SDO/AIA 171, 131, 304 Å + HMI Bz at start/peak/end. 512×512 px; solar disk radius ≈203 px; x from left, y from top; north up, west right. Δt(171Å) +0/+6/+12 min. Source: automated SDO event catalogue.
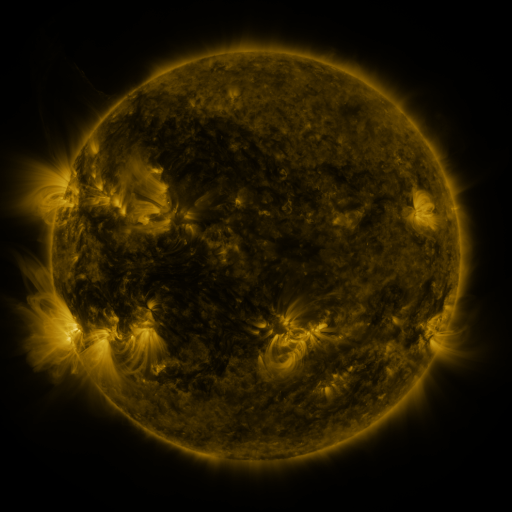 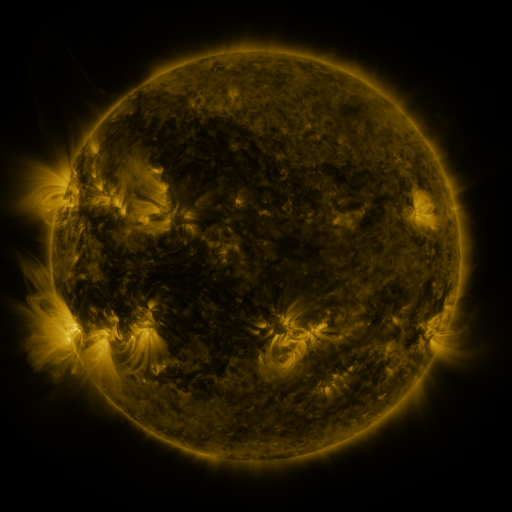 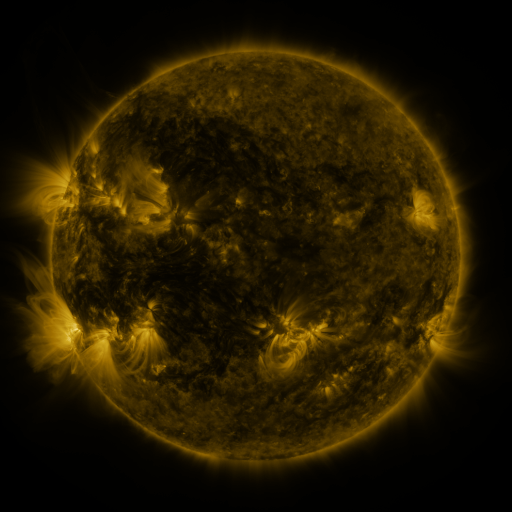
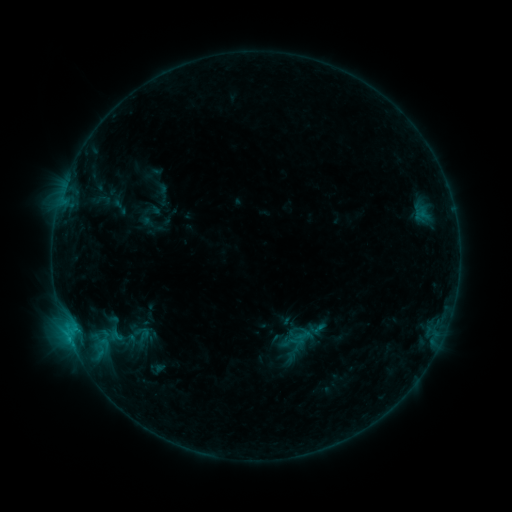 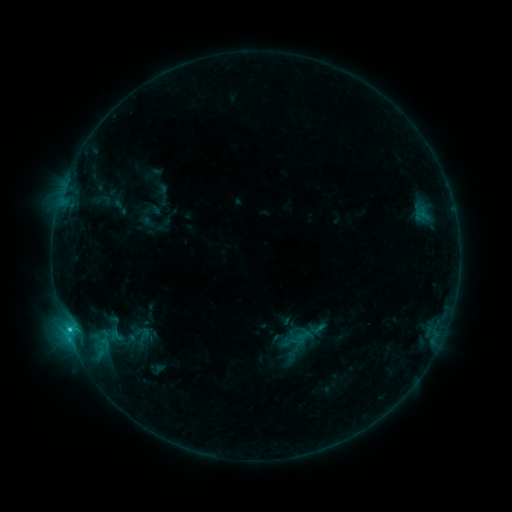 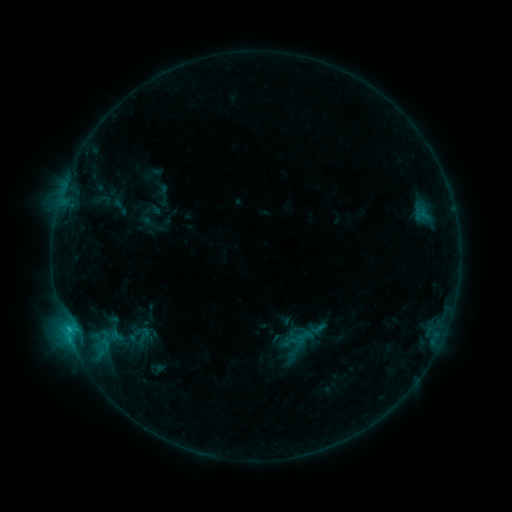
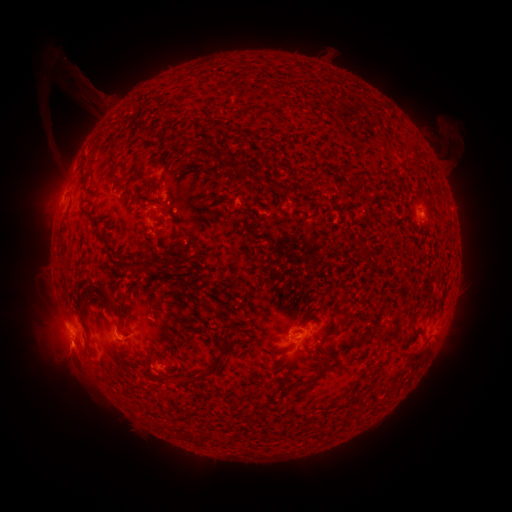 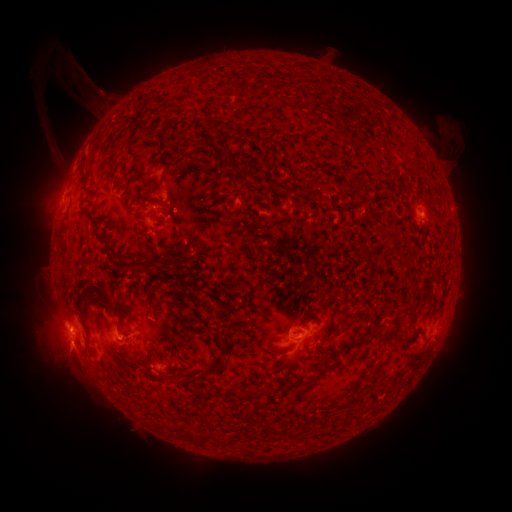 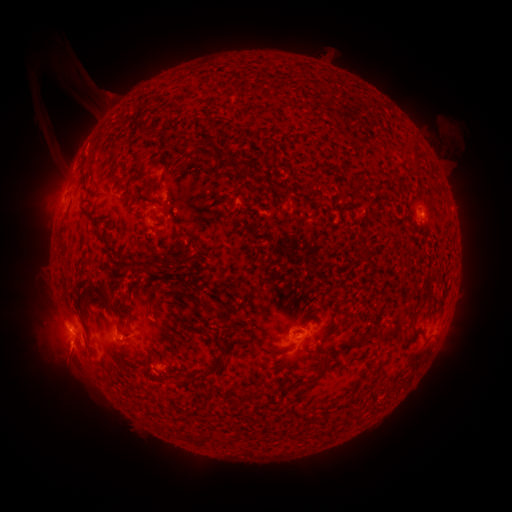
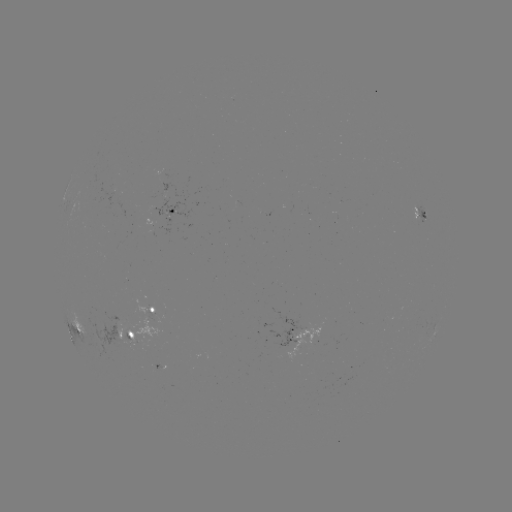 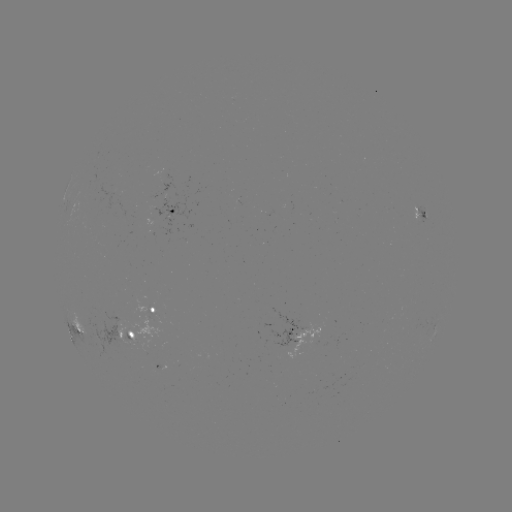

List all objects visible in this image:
B9.5 flare: (69, 328)
